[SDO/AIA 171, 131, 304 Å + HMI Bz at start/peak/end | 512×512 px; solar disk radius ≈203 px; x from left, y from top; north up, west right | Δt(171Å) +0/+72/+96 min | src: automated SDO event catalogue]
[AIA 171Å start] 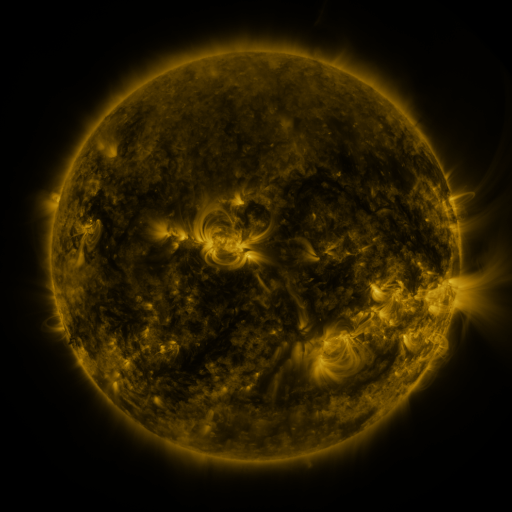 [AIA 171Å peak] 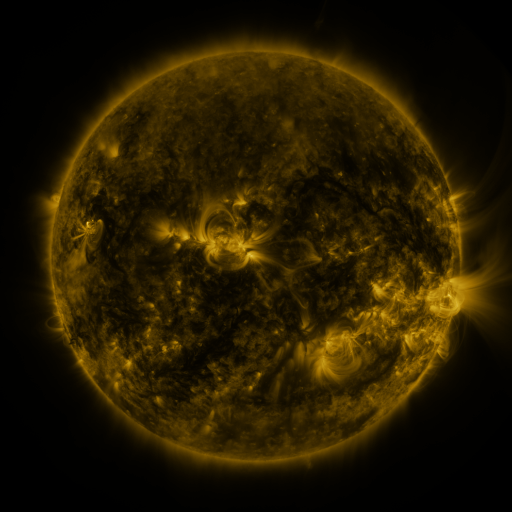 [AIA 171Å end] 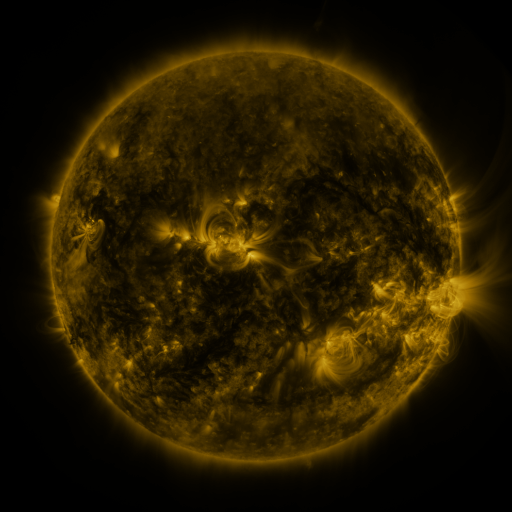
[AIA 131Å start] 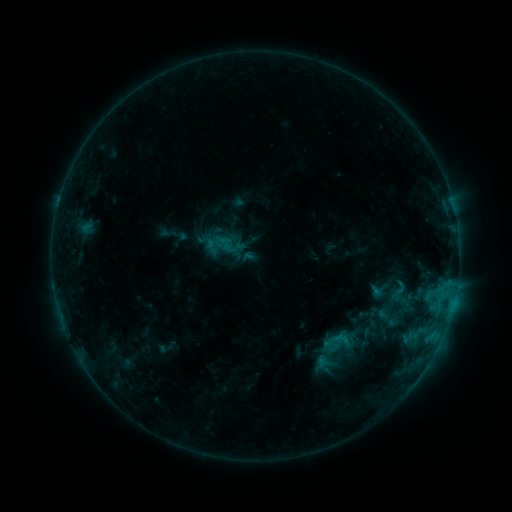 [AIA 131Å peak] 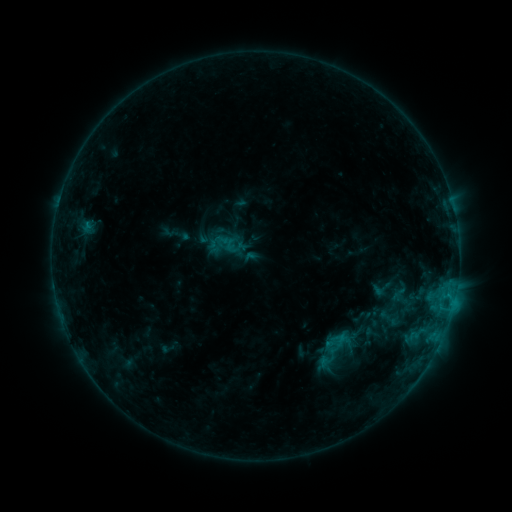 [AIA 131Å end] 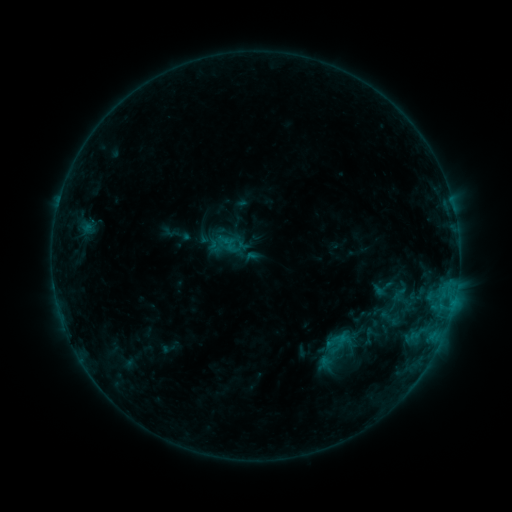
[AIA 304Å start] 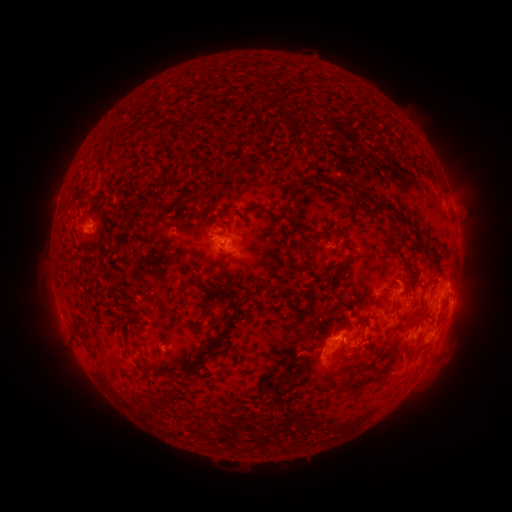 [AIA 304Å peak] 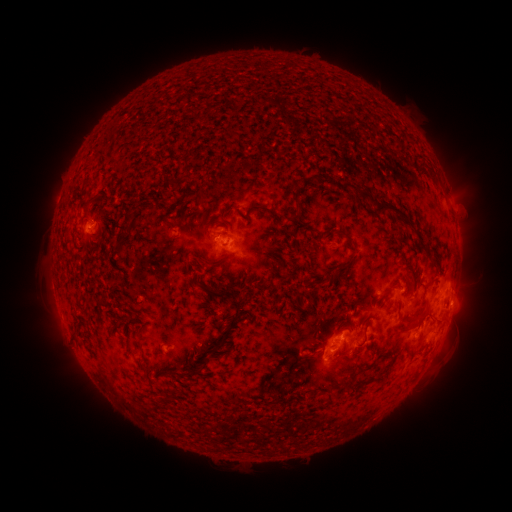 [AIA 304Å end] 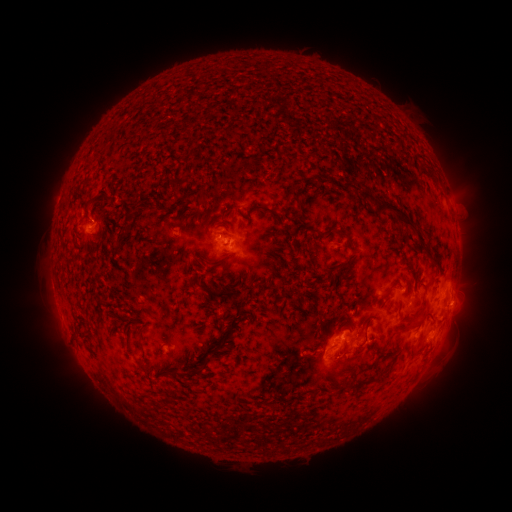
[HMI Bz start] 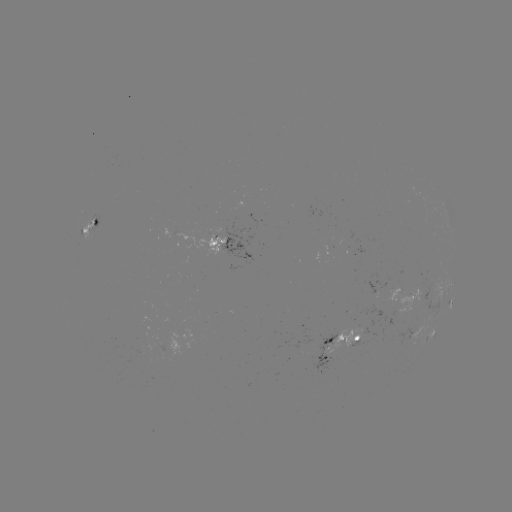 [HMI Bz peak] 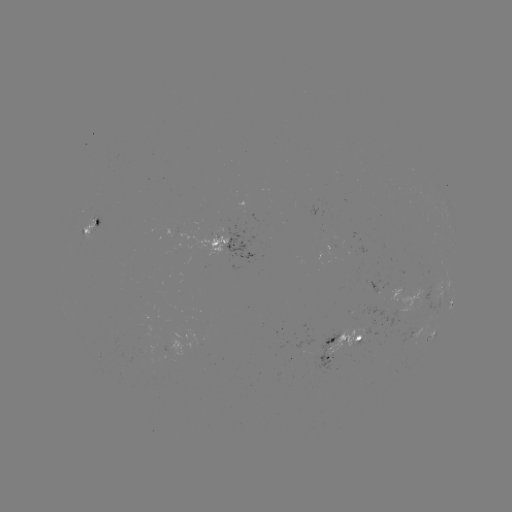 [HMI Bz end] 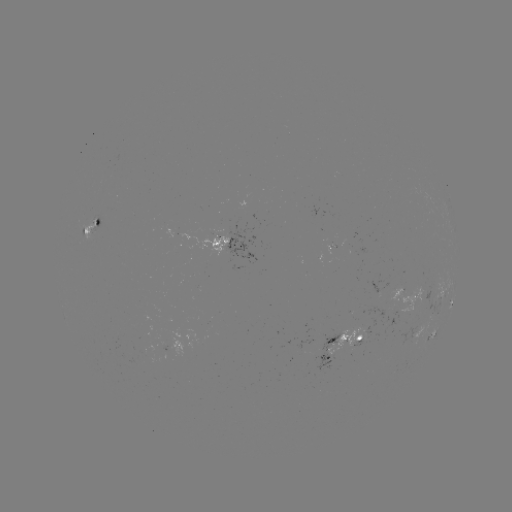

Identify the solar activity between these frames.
emerging-flux region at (328, 242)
